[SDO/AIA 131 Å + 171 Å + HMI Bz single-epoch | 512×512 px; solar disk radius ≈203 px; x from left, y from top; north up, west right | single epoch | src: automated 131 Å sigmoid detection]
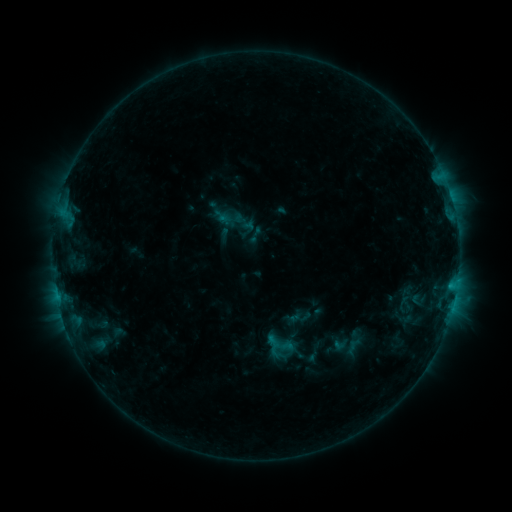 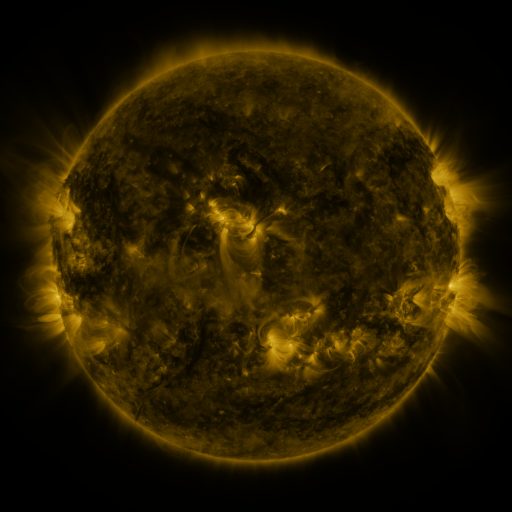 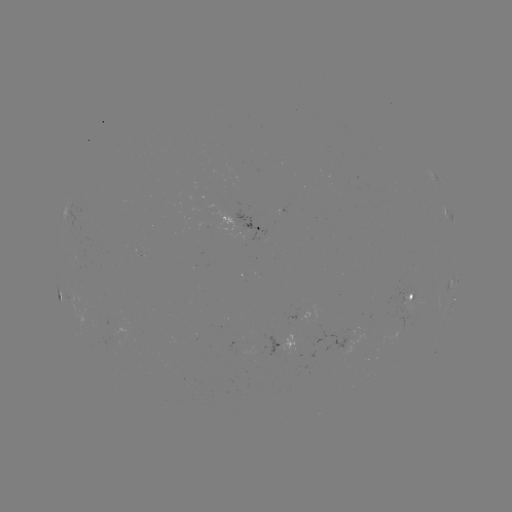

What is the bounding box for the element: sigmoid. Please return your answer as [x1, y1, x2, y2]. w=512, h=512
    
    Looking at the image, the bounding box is [266, 330, 294, 358].